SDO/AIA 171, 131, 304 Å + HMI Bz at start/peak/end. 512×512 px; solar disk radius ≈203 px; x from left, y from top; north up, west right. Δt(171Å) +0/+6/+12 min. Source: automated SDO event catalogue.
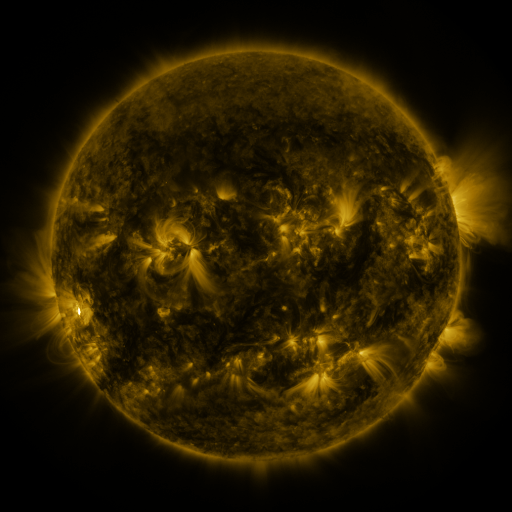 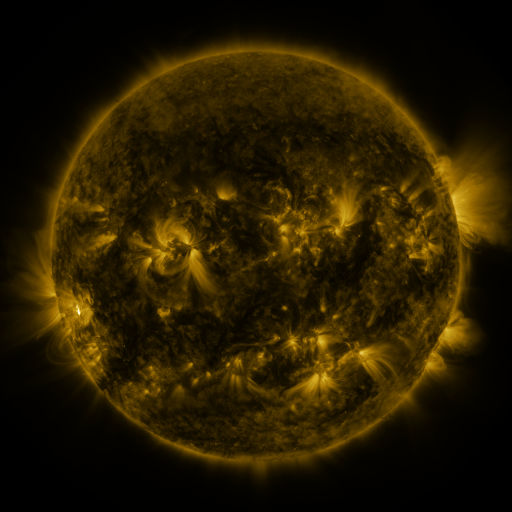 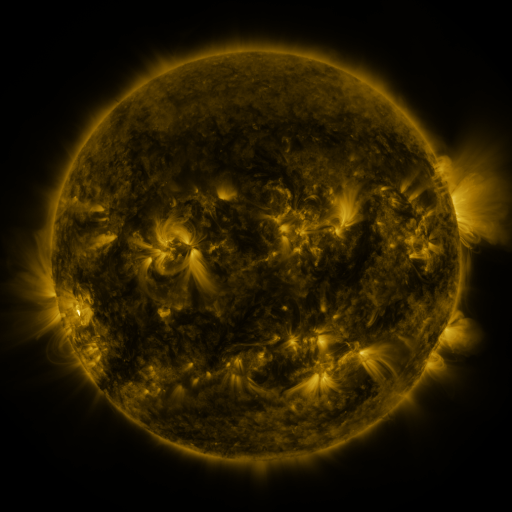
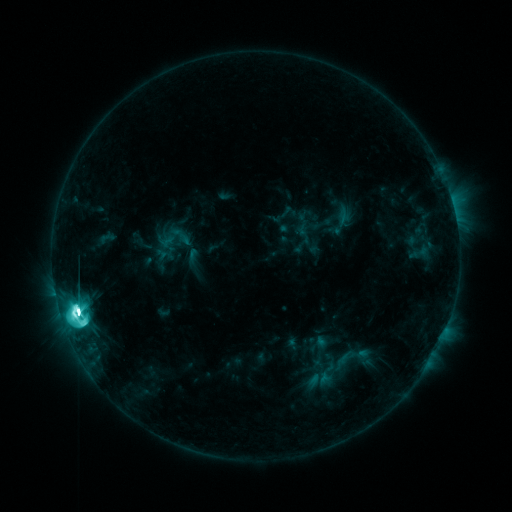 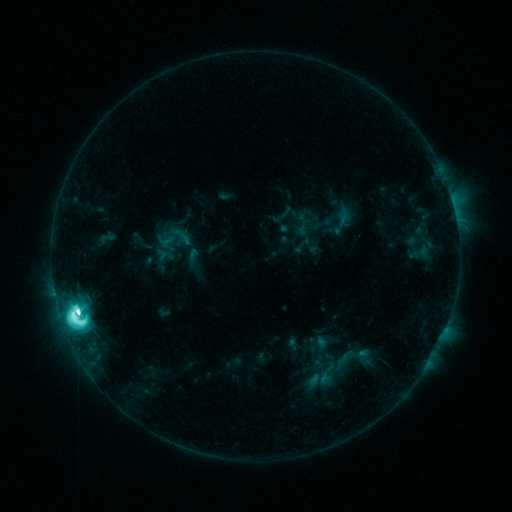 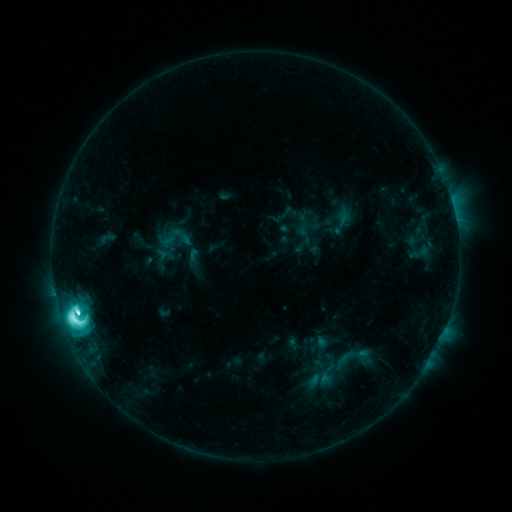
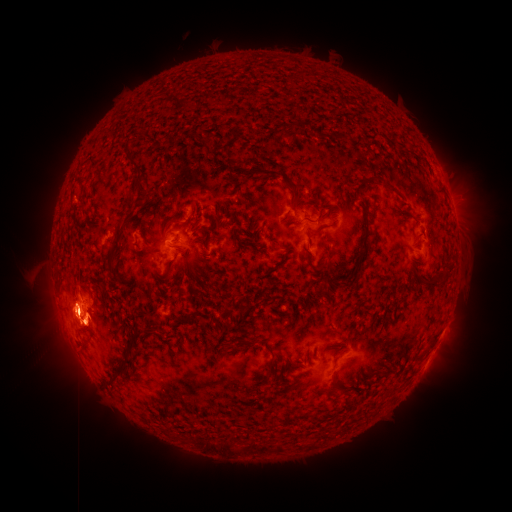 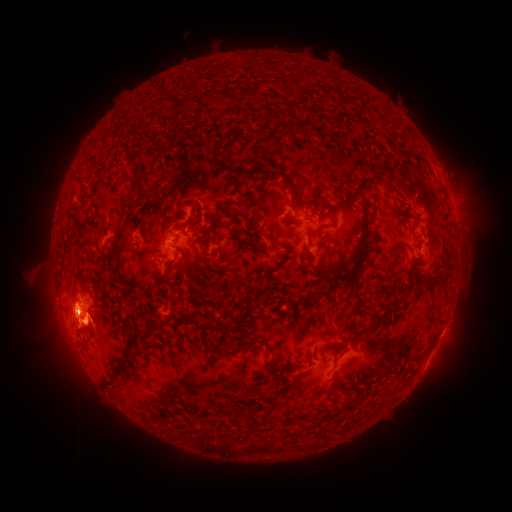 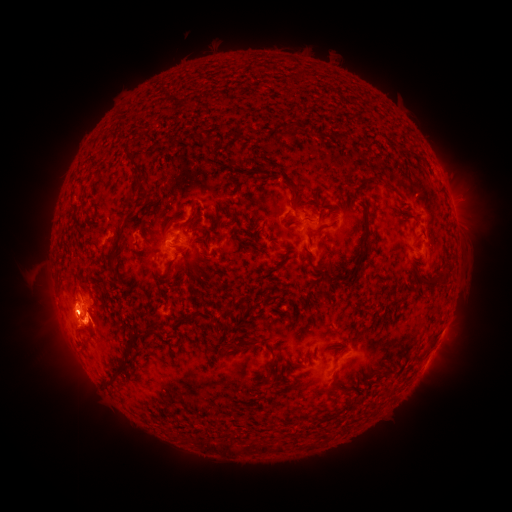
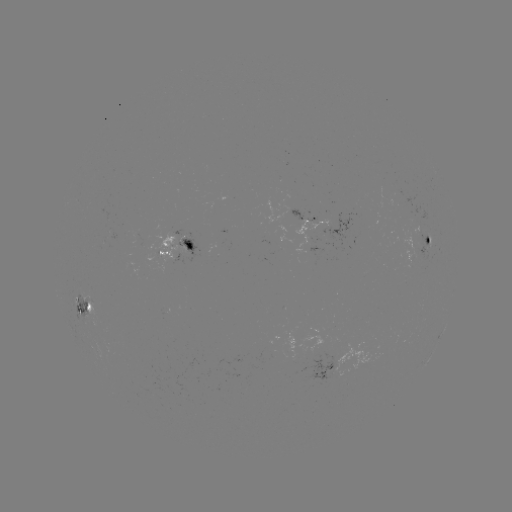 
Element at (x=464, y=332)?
eruption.